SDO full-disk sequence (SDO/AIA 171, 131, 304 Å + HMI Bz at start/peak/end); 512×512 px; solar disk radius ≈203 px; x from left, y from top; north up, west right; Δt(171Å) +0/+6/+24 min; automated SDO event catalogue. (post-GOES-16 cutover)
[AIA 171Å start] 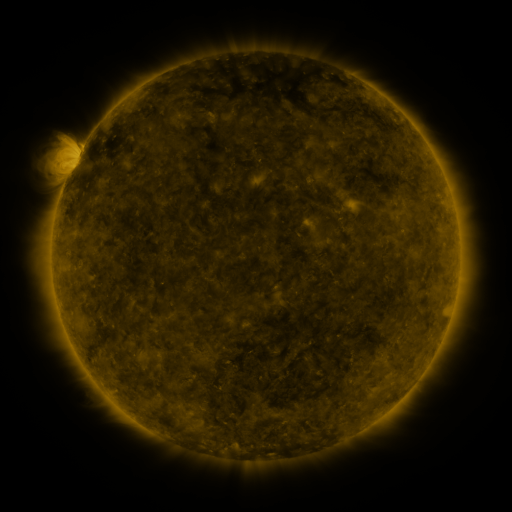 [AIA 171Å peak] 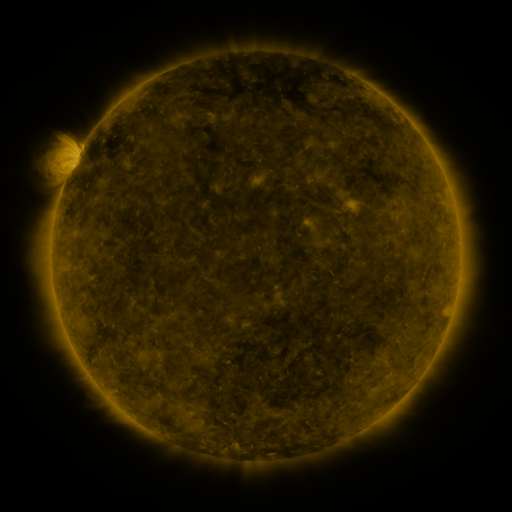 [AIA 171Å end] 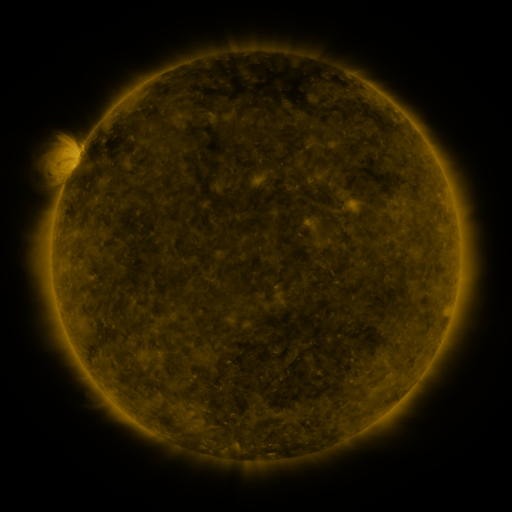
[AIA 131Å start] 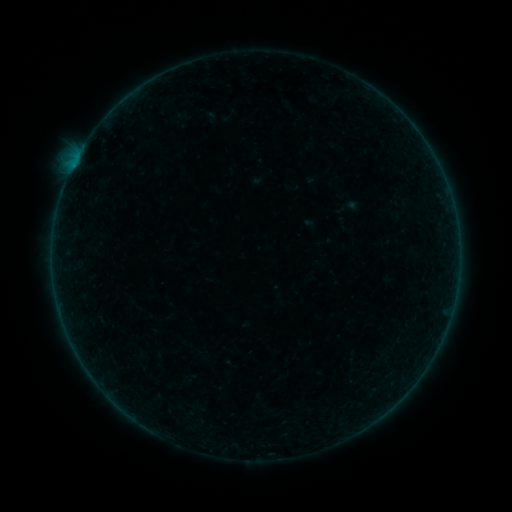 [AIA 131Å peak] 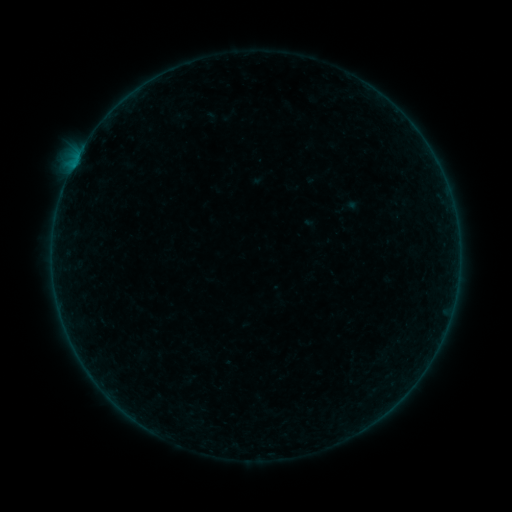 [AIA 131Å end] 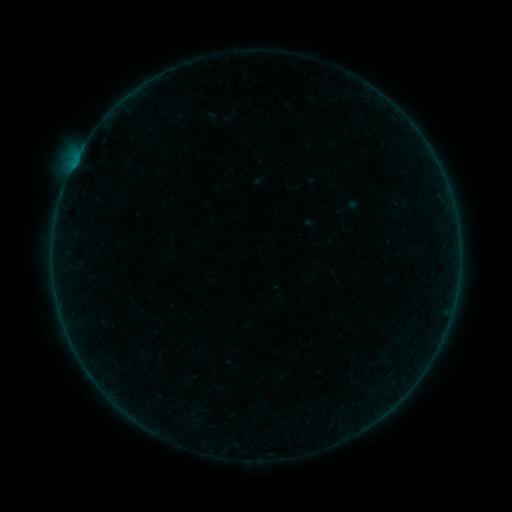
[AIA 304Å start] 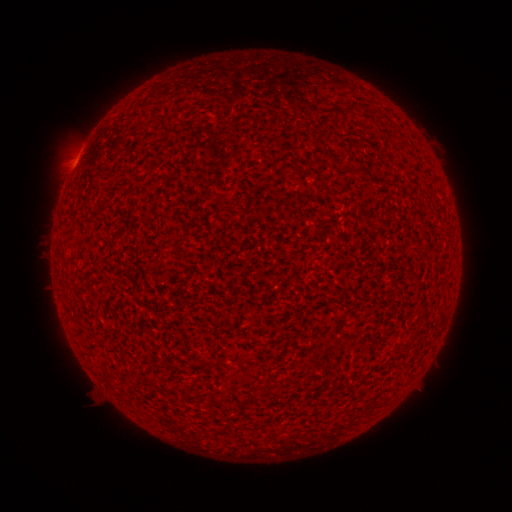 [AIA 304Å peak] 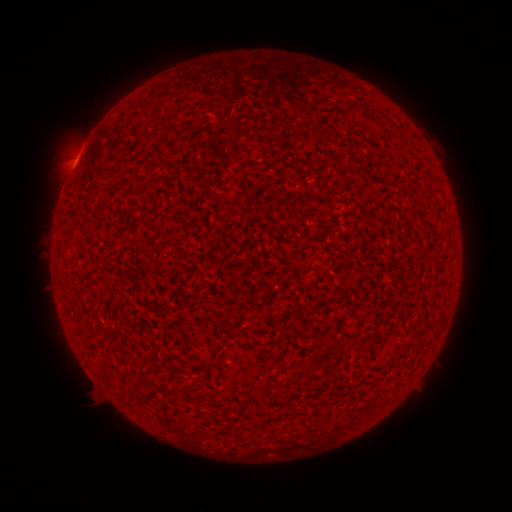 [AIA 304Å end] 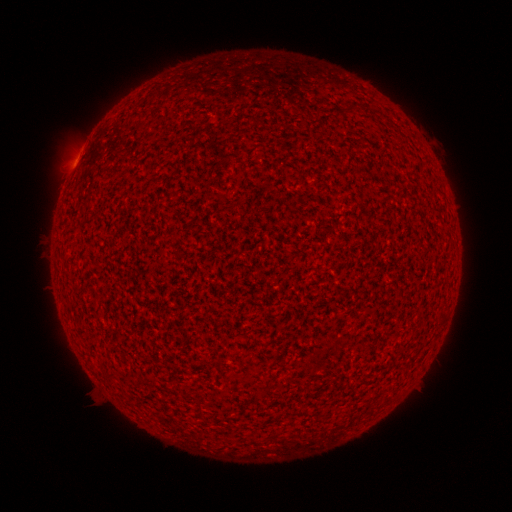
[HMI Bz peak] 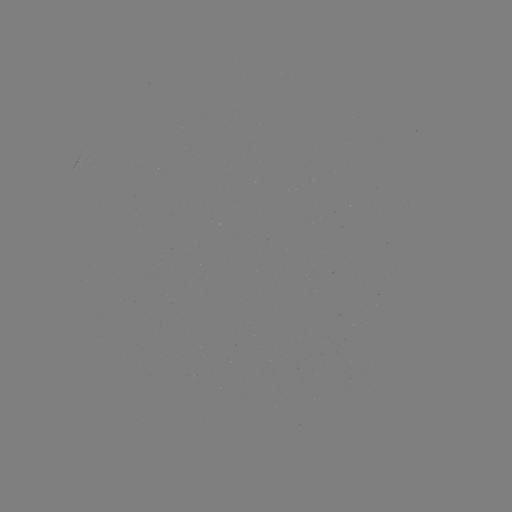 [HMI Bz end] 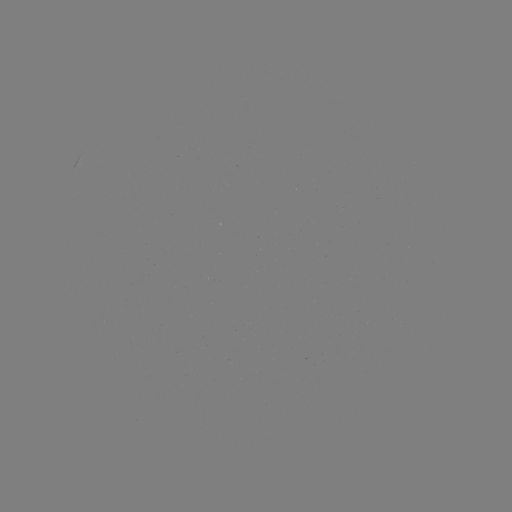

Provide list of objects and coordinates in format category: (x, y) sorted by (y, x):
A6.5 flare: (73, 169)
